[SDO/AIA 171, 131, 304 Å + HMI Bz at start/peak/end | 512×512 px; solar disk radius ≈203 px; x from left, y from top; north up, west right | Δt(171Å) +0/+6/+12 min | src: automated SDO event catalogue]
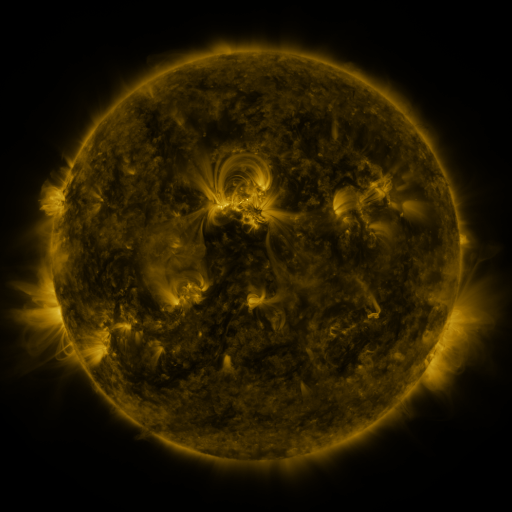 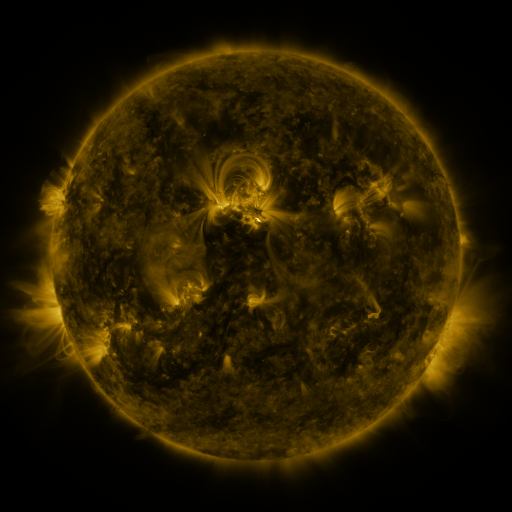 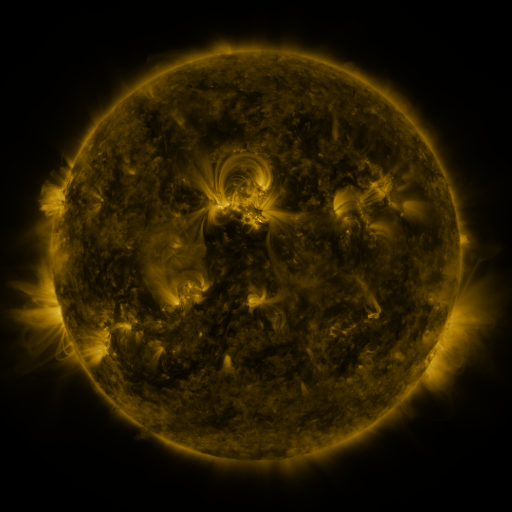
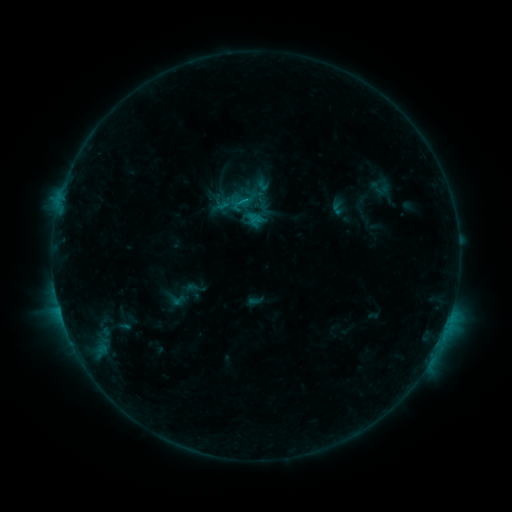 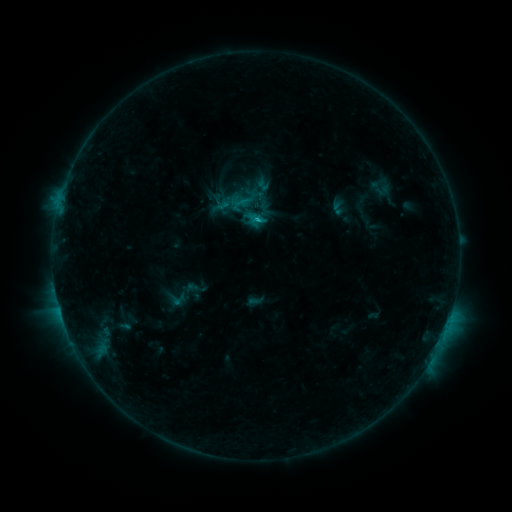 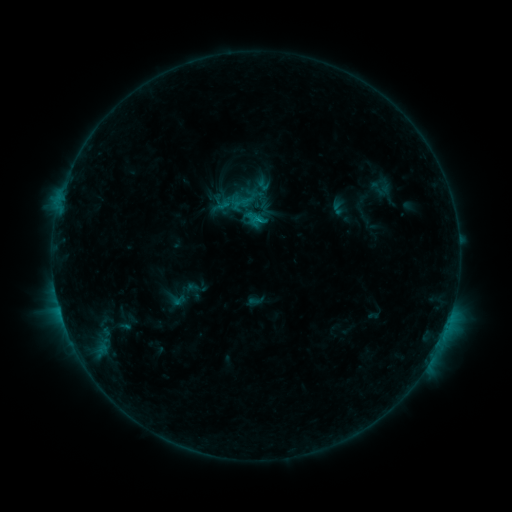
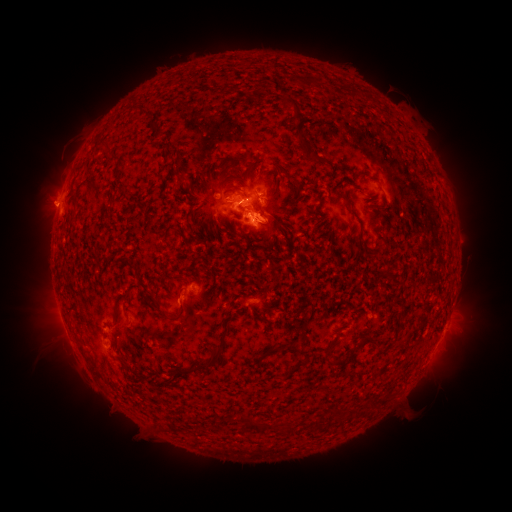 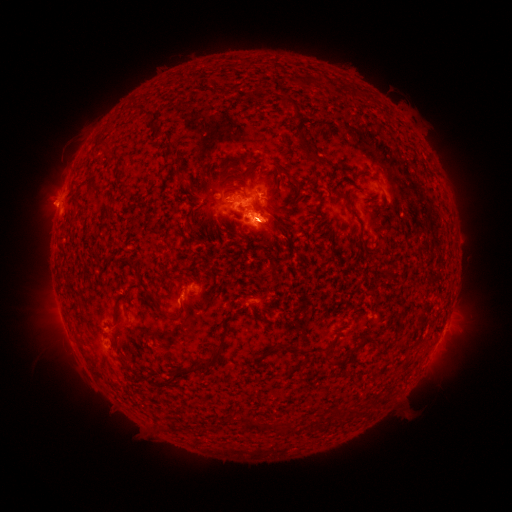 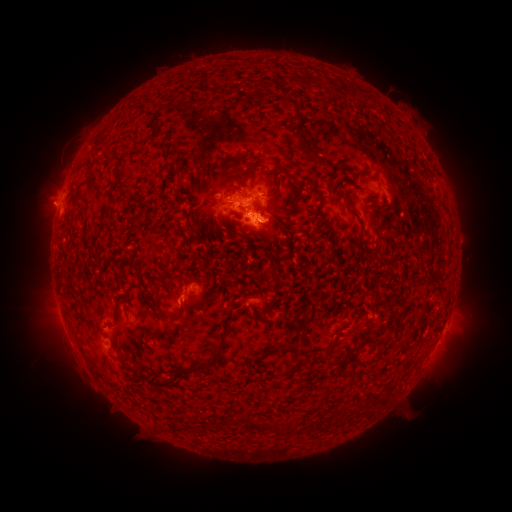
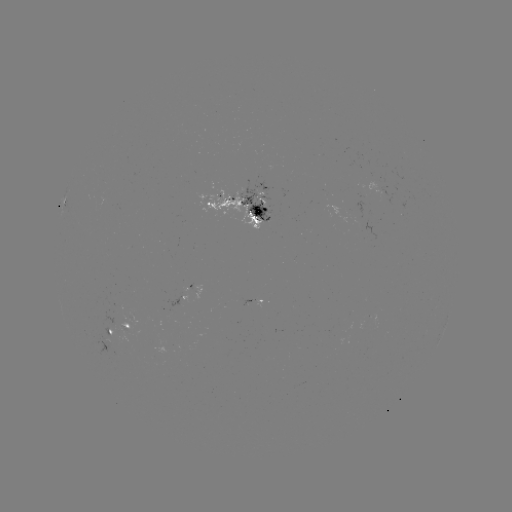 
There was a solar eruption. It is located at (53, 206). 